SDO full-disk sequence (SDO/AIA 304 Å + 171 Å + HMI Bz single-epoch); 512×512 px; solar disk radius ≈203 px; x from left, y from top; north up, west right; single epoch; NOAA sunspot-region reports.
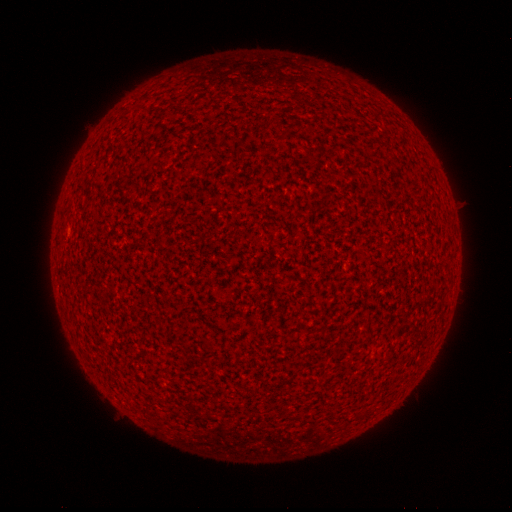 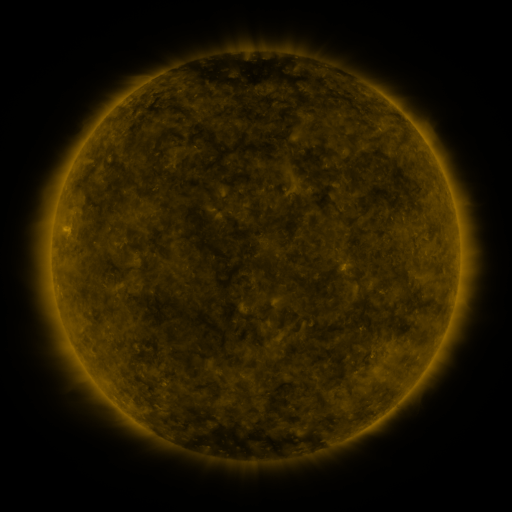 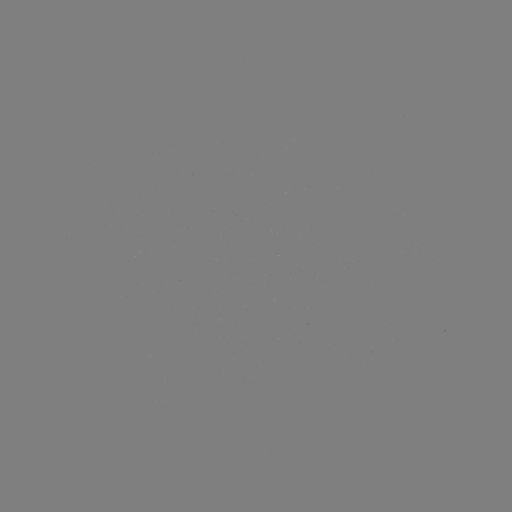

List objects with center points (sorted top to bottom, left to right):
(none)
